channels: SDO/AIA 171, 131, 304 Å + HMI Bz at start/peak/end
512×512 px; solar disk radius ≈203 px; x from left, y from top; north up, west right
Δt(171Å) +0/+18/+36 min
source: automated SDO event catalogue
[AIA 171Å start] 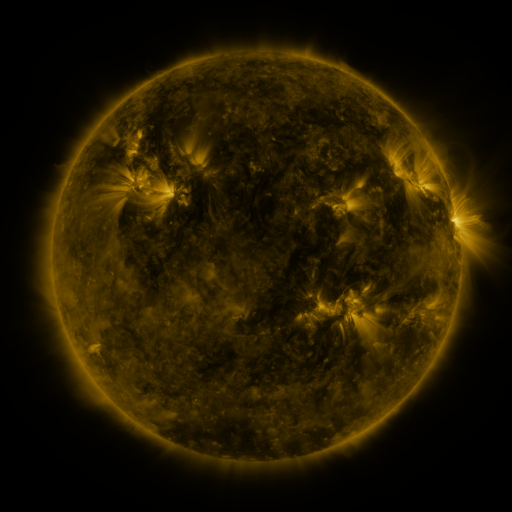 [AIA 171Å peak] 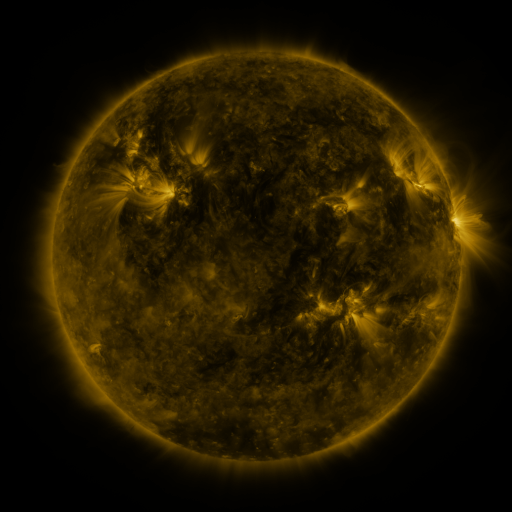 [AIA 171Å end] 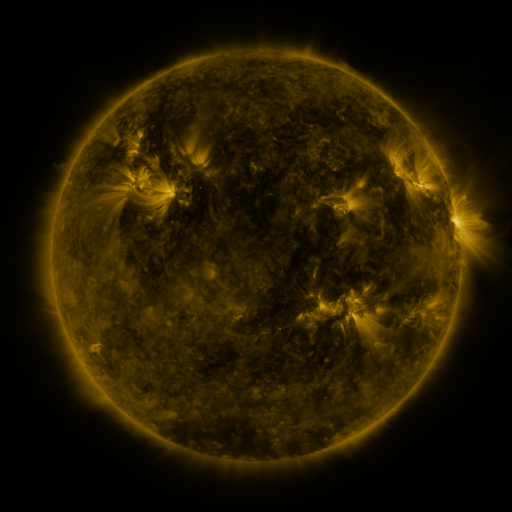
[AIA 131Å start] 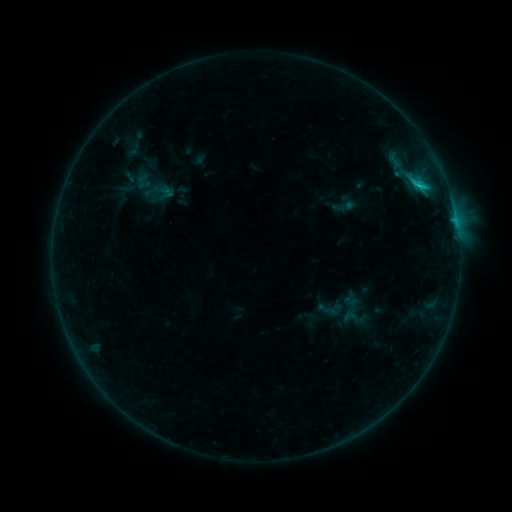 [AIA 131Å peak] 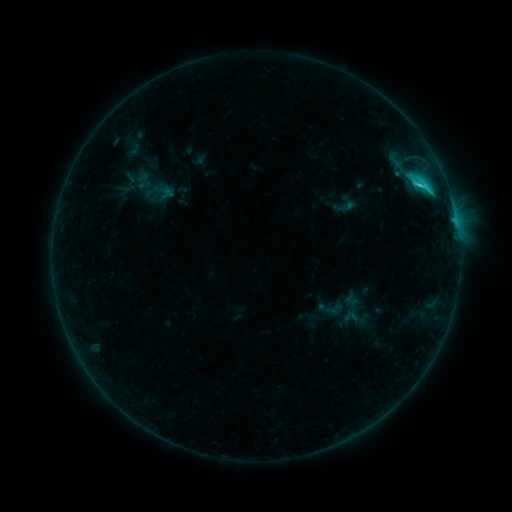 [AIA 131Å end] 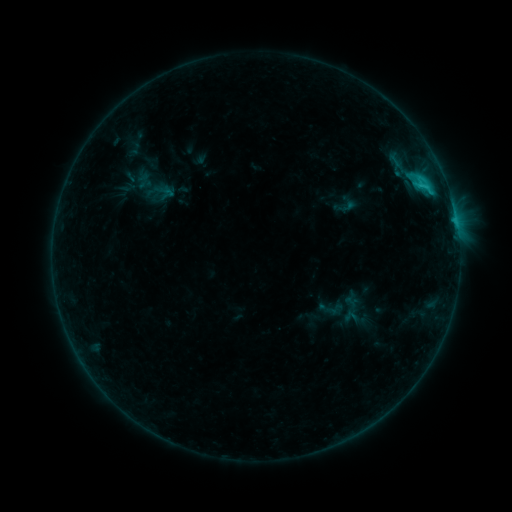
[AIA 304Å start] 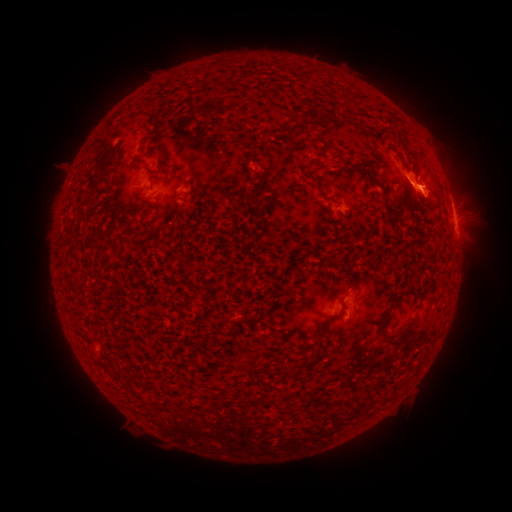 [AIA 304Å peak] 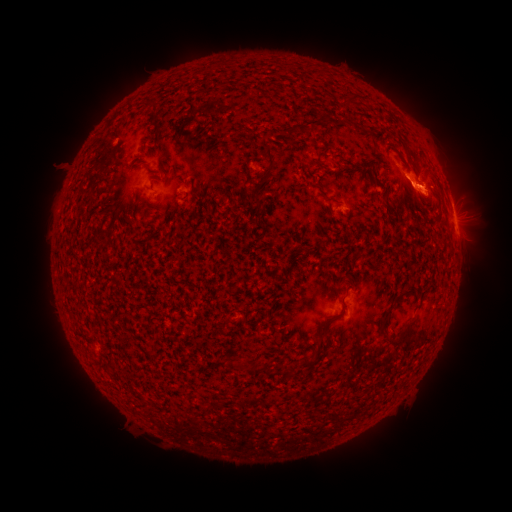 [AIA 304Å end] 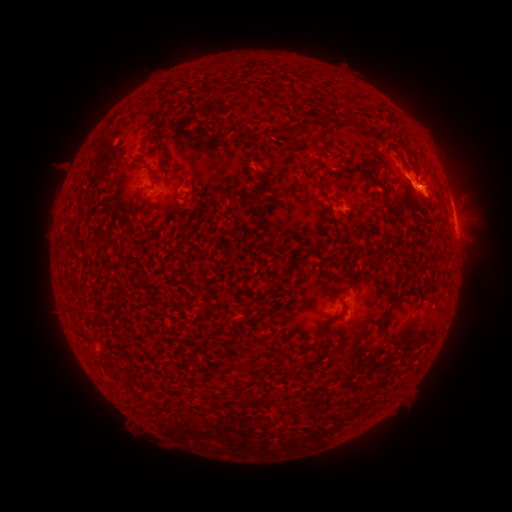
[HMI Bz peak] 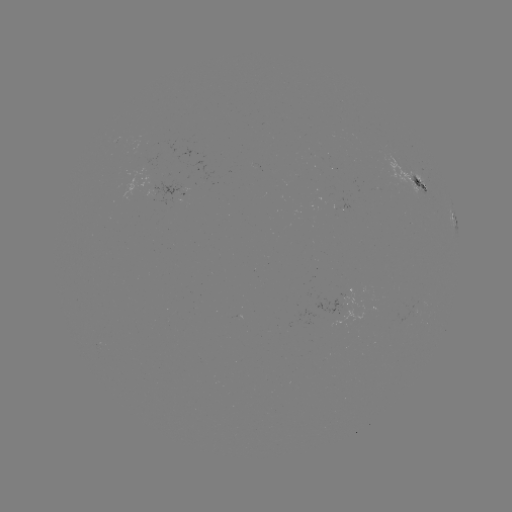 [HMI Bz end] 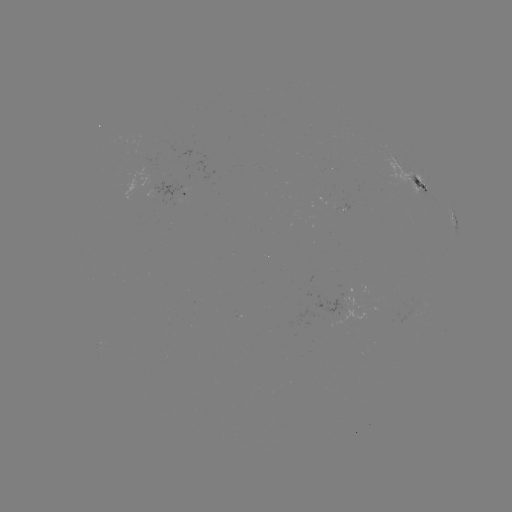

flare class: C2.6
